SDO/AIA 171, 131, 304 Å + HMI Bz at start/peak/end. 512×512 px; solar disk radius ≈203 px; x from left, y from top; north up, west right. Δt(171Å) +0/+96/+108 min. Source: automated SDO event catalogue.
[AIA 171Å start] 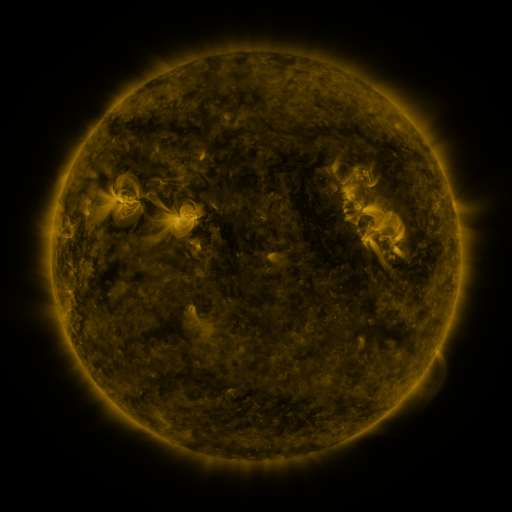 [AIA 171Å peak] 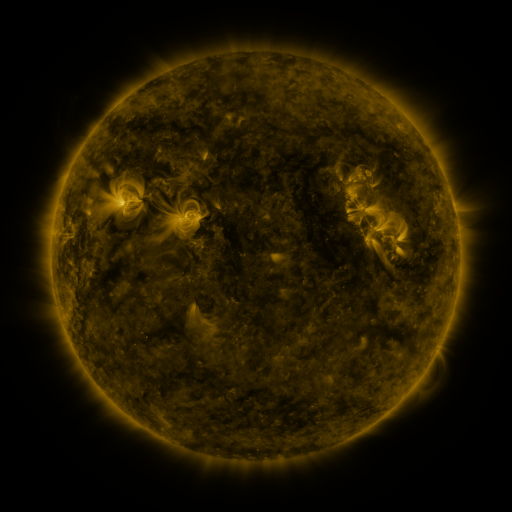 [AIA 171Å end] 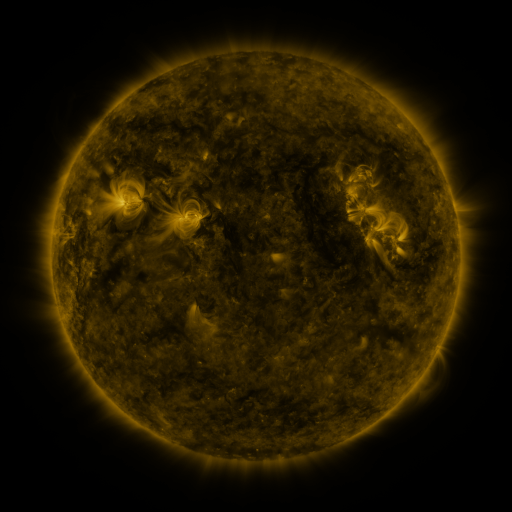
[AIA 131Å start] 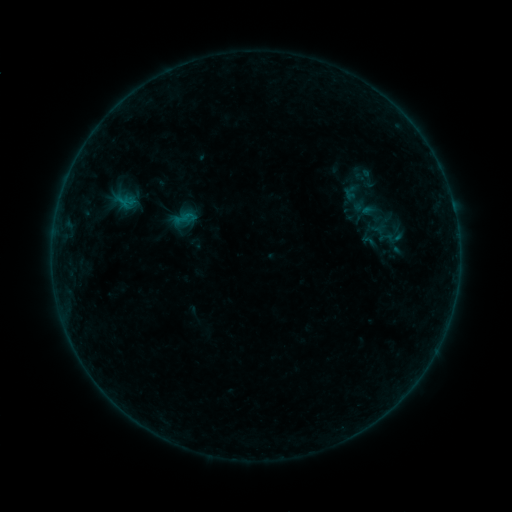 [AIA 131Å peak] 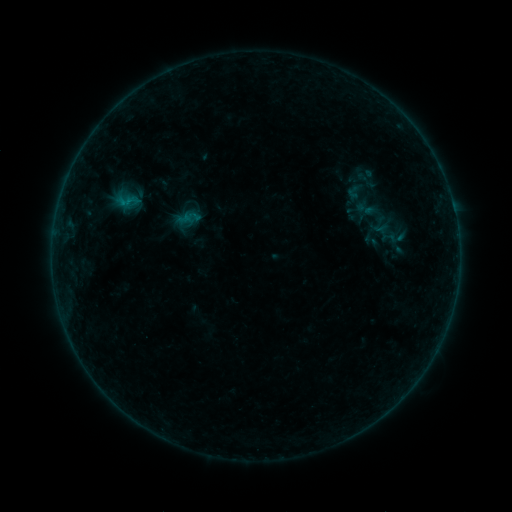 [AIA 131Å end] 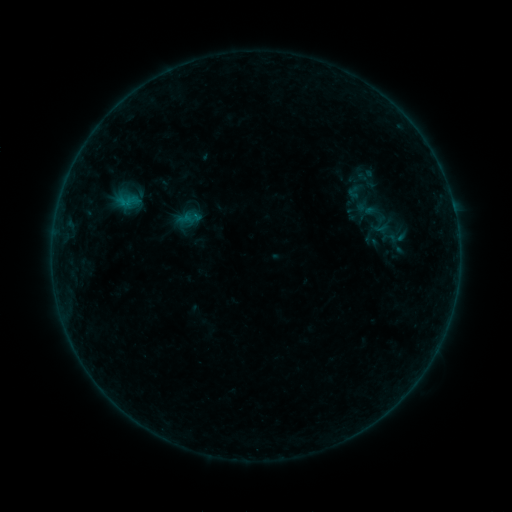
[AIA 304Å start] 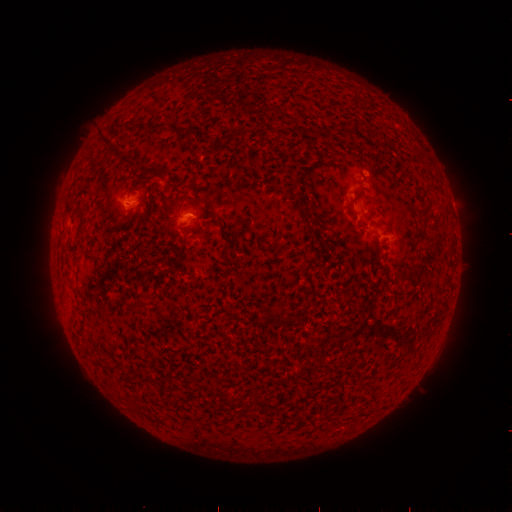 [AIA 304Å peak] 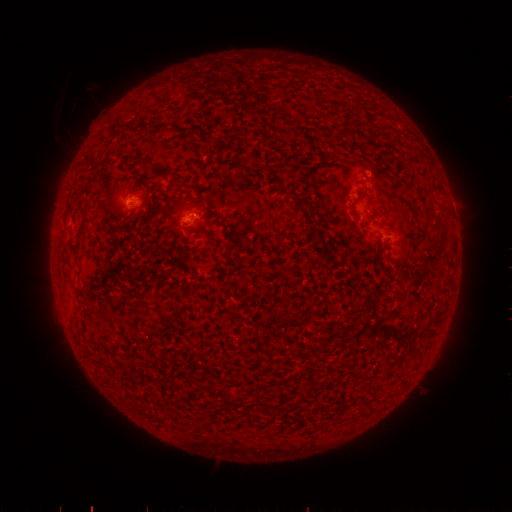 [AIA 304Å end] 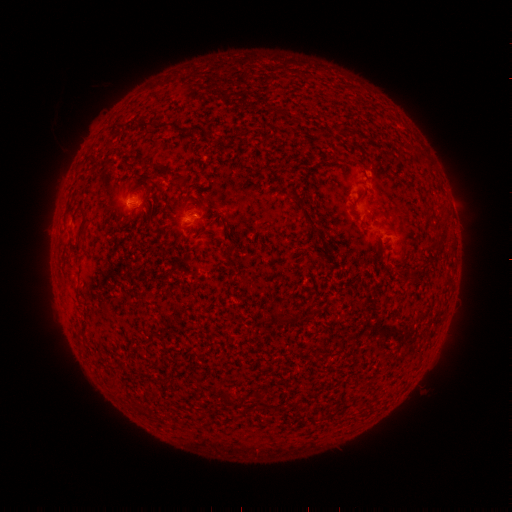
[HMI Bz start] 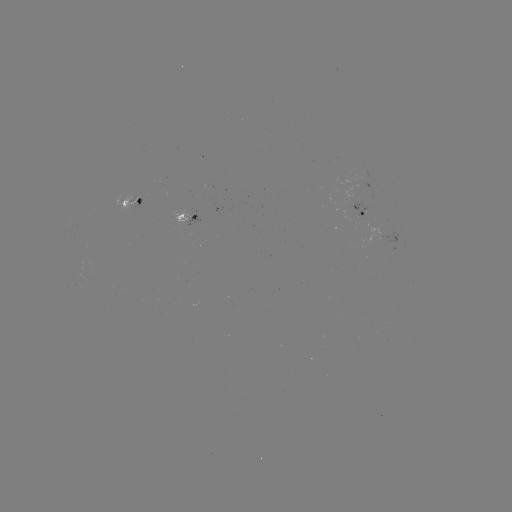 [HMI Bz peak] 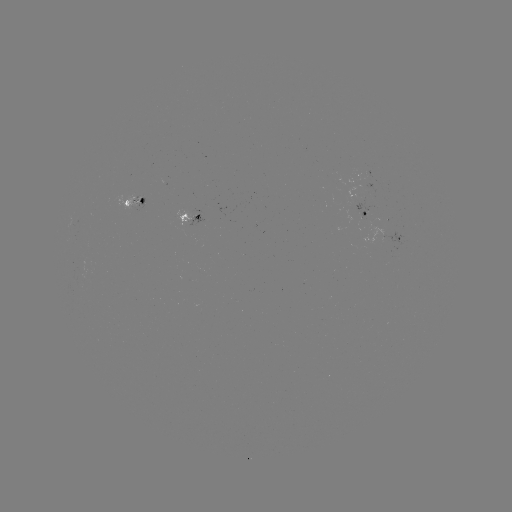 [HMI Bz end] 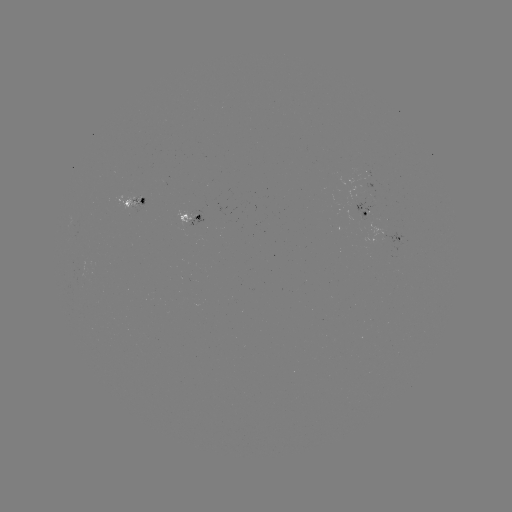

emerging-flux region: <bbox>112, 195, 141, 210</bbox>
